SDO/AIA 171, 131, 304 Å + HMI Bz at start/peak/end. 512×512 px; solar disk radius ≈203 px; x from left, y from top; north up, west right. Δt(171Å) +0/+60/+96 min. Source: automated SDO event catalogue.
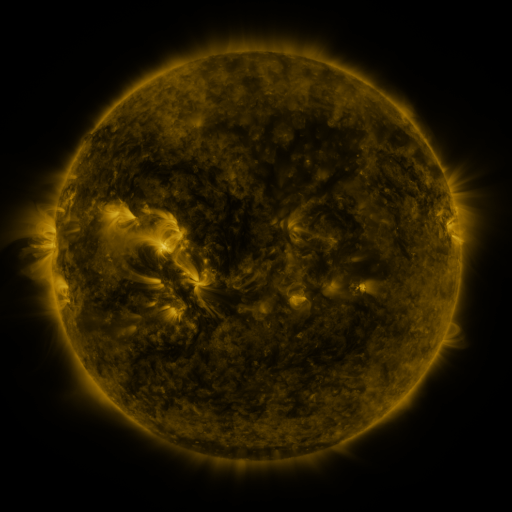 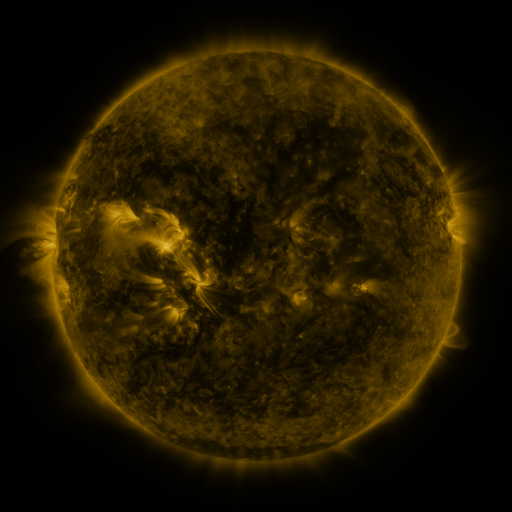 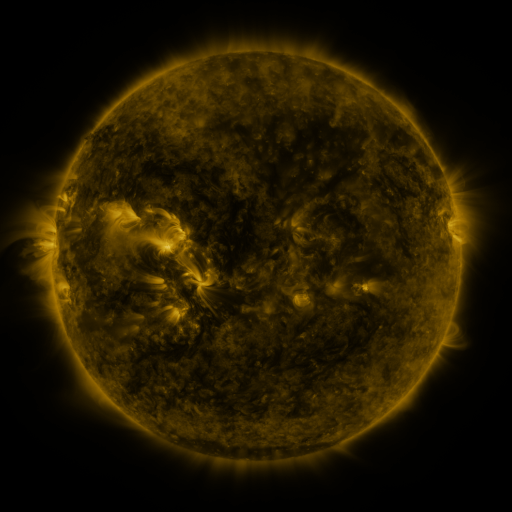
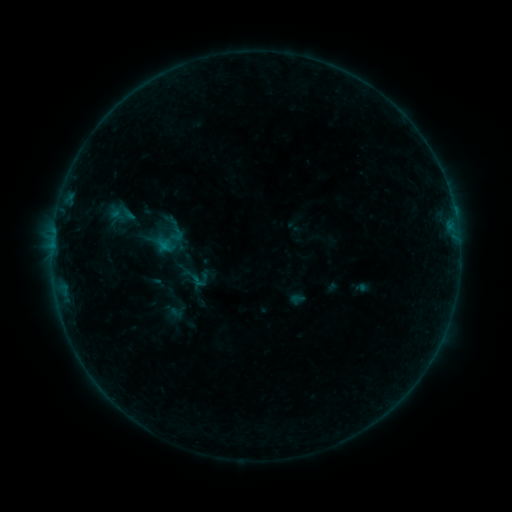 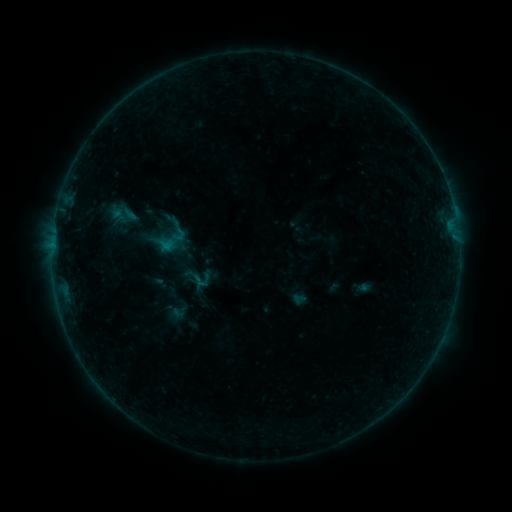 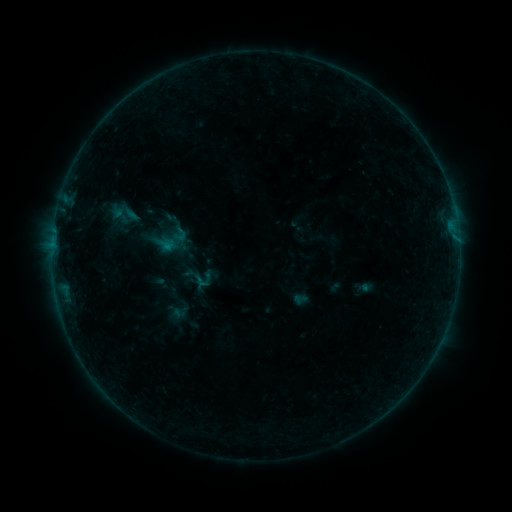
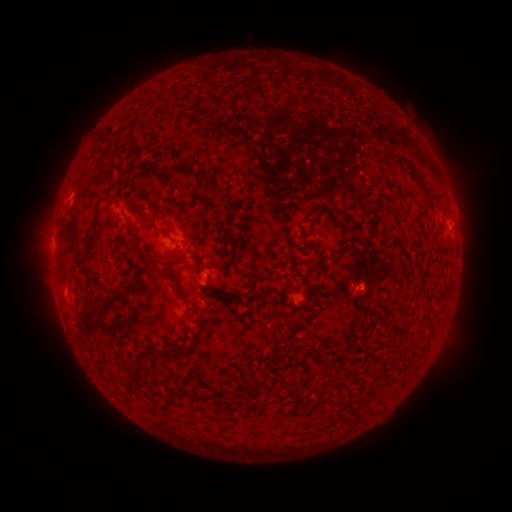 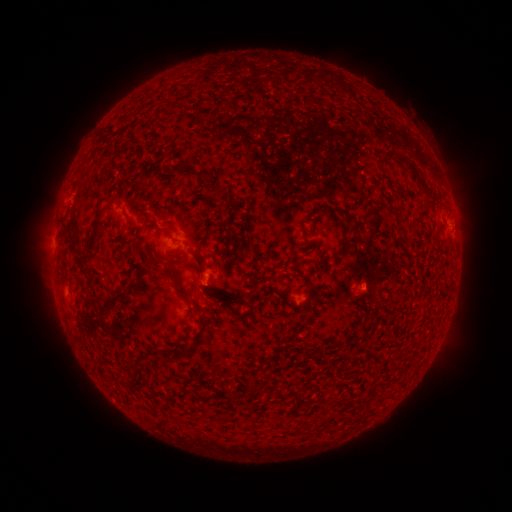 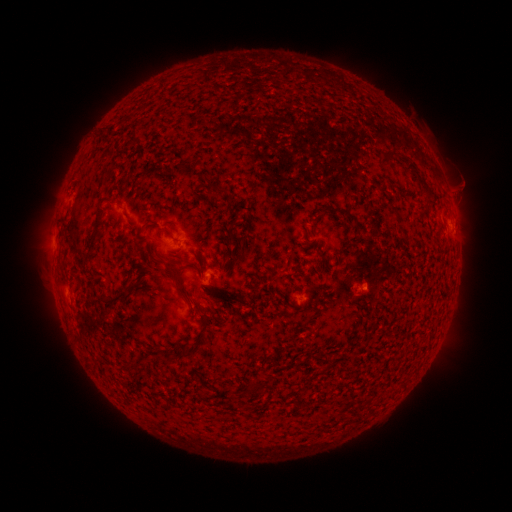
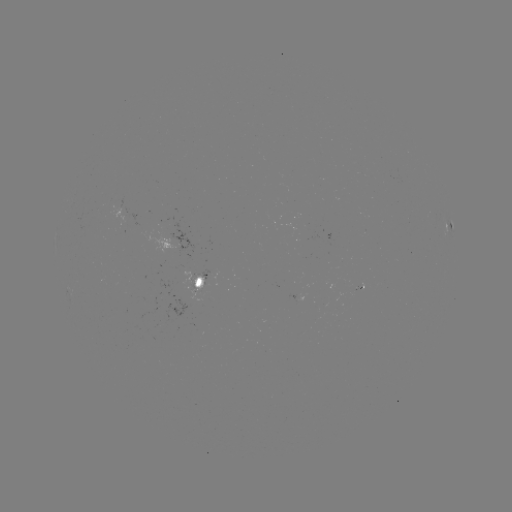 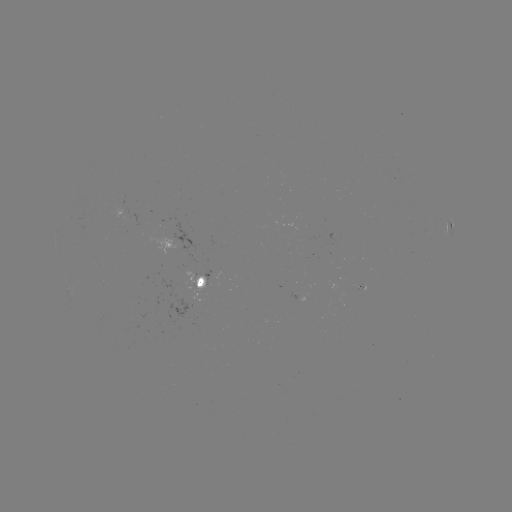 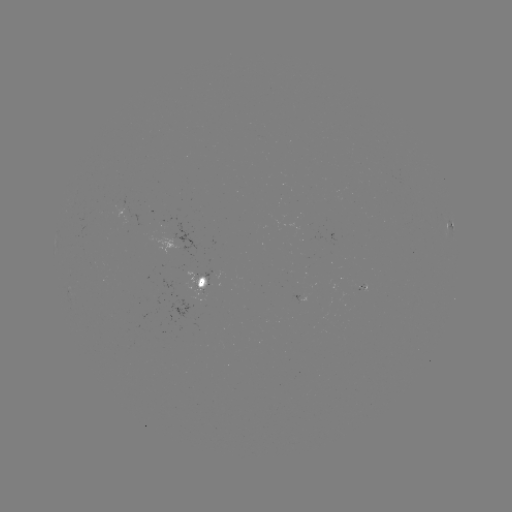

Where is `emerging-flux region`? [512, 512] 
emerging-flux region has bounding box [357, 283, 365, 293].